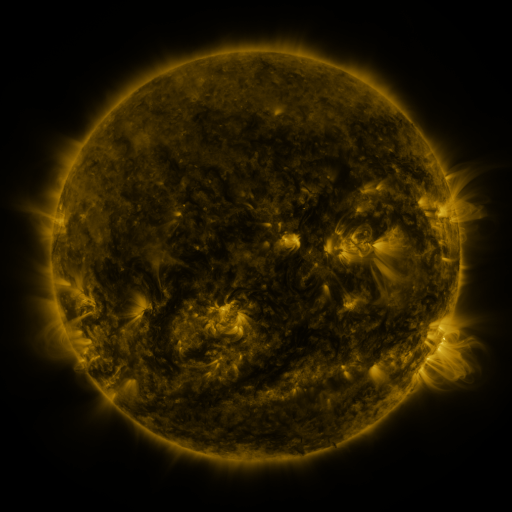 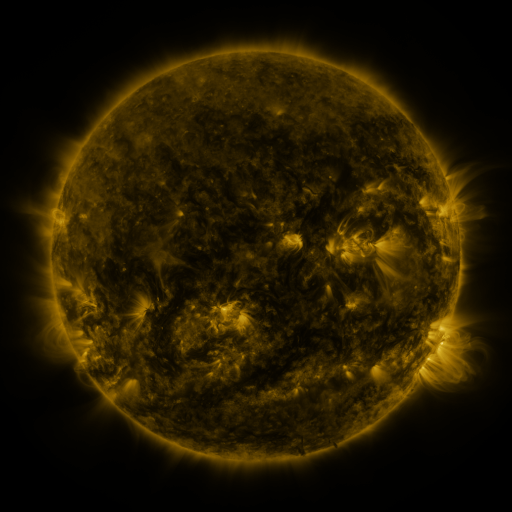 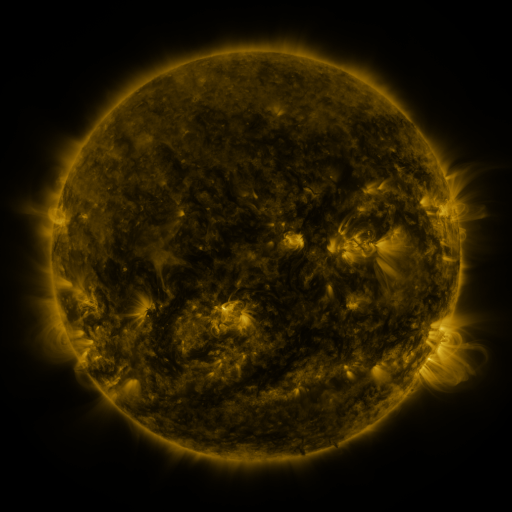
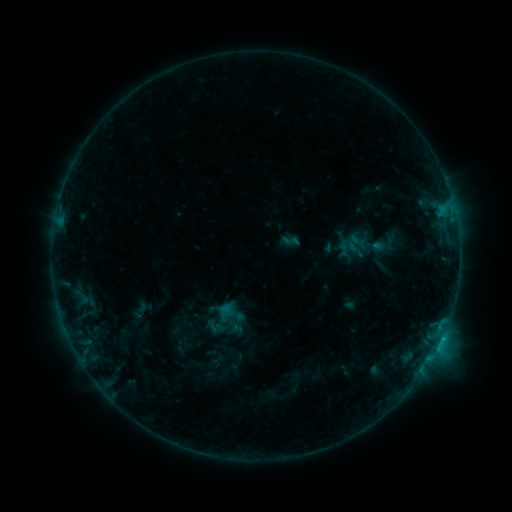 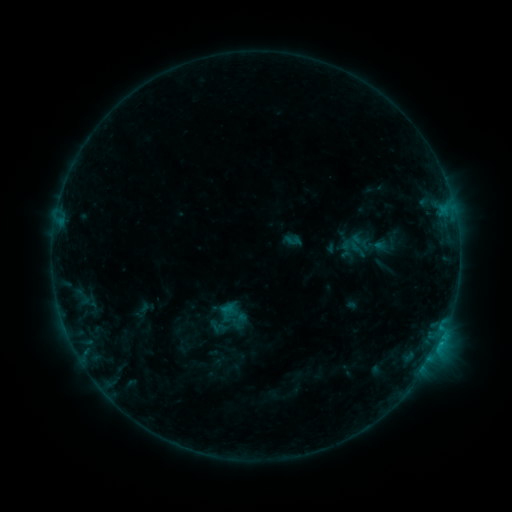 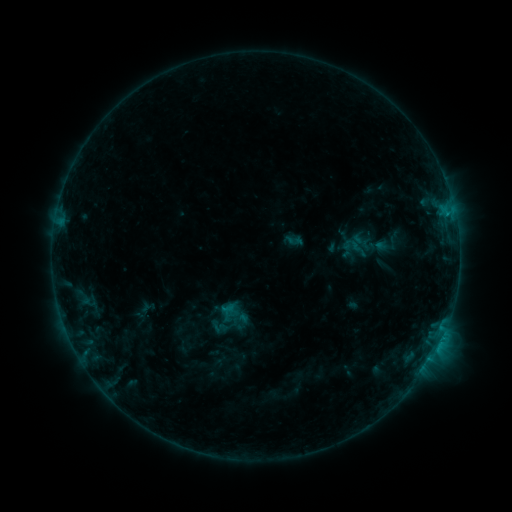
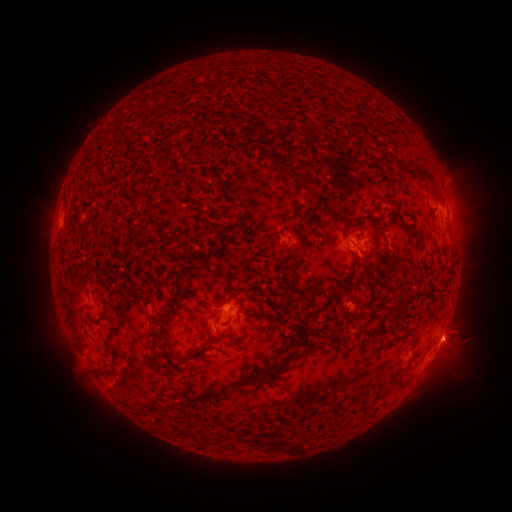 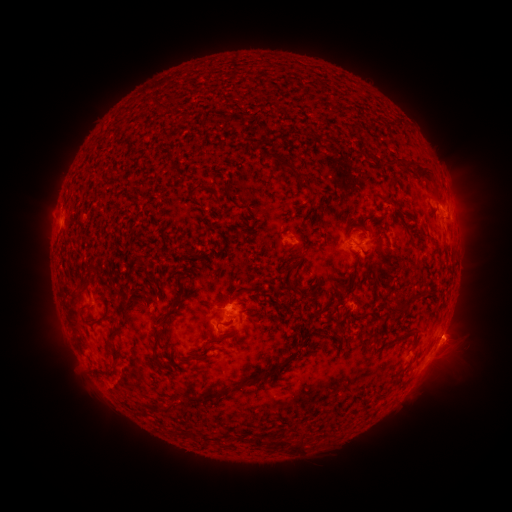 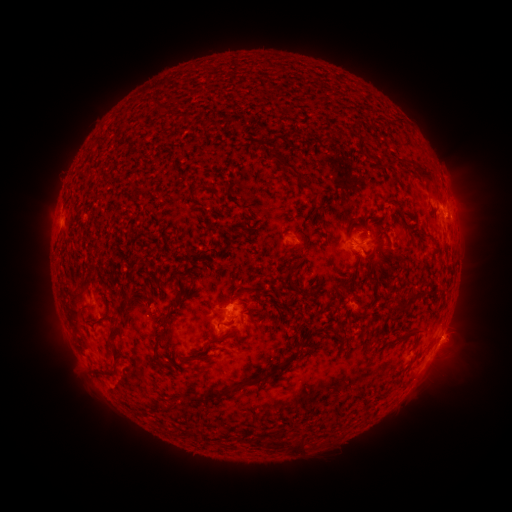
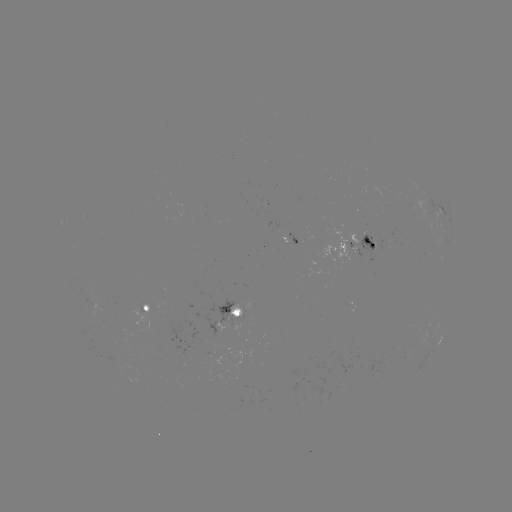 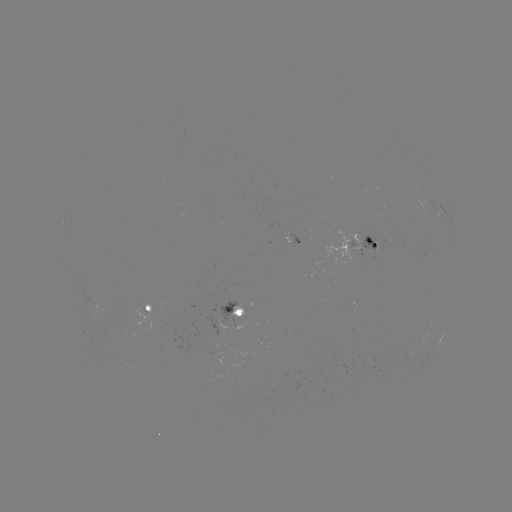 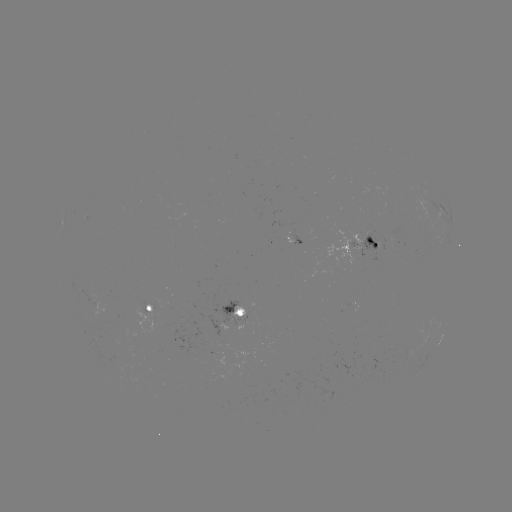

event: emerging-flux region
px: (306, 237)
